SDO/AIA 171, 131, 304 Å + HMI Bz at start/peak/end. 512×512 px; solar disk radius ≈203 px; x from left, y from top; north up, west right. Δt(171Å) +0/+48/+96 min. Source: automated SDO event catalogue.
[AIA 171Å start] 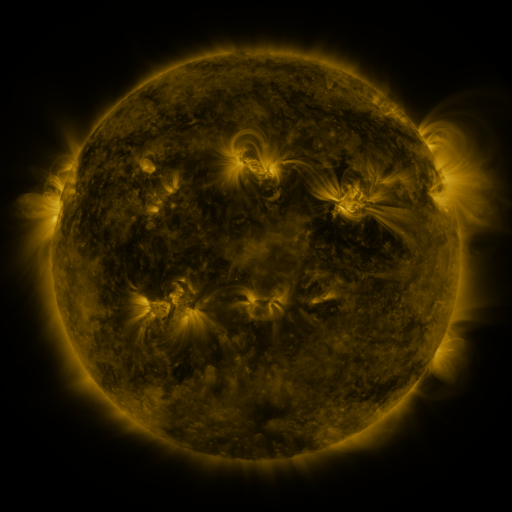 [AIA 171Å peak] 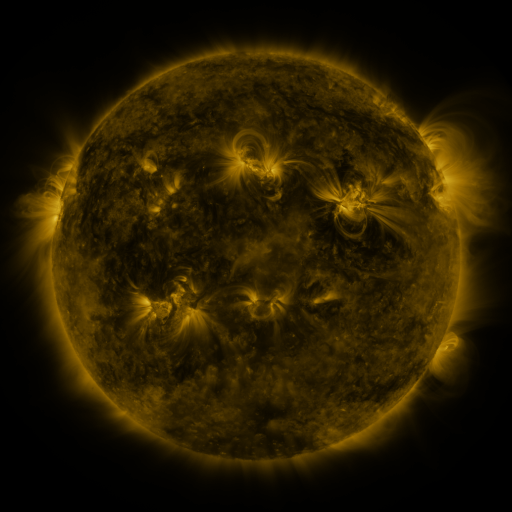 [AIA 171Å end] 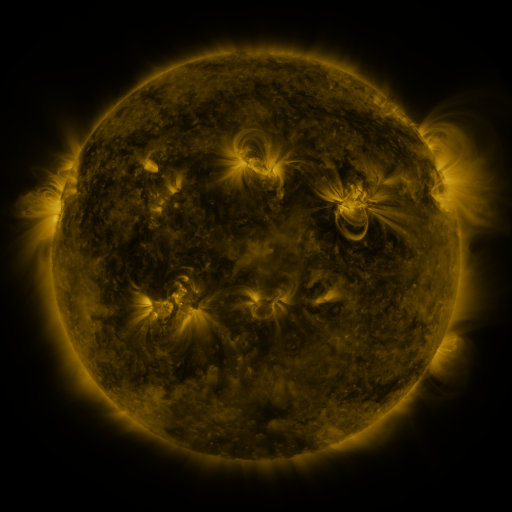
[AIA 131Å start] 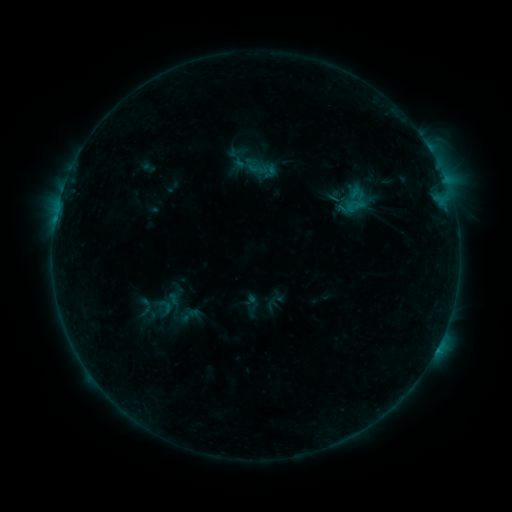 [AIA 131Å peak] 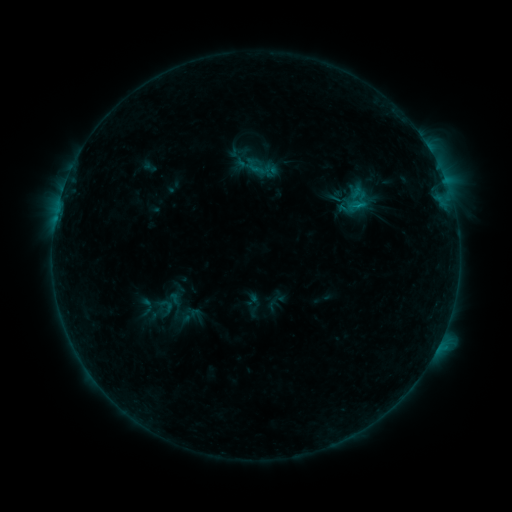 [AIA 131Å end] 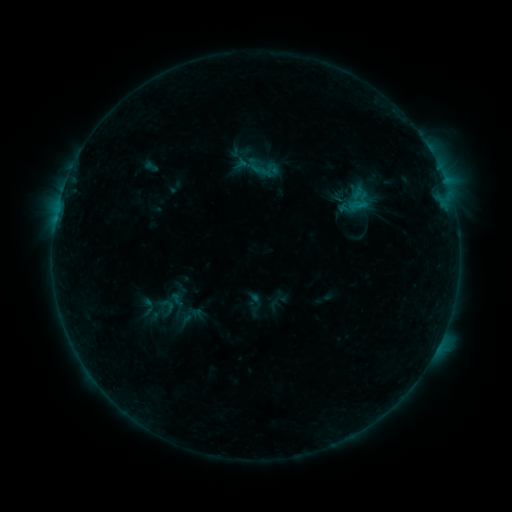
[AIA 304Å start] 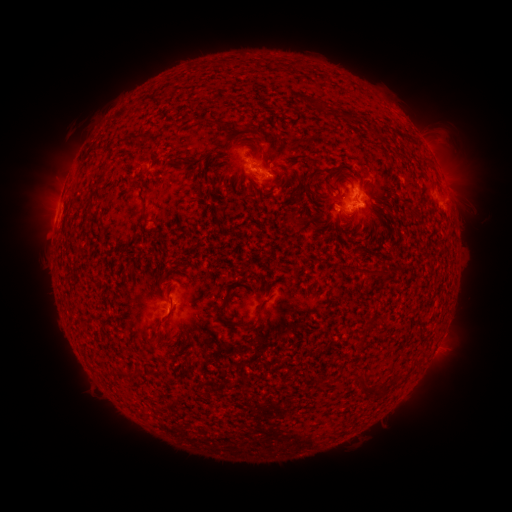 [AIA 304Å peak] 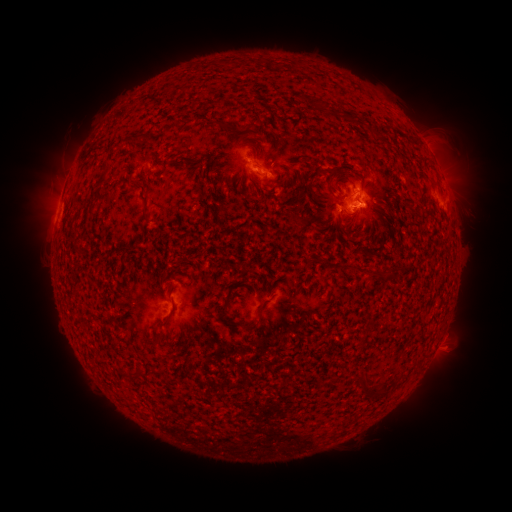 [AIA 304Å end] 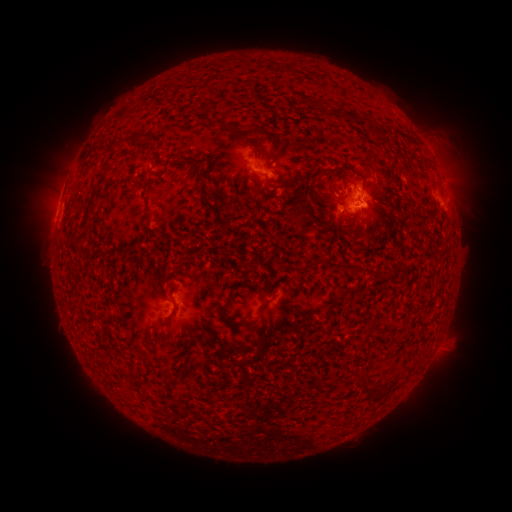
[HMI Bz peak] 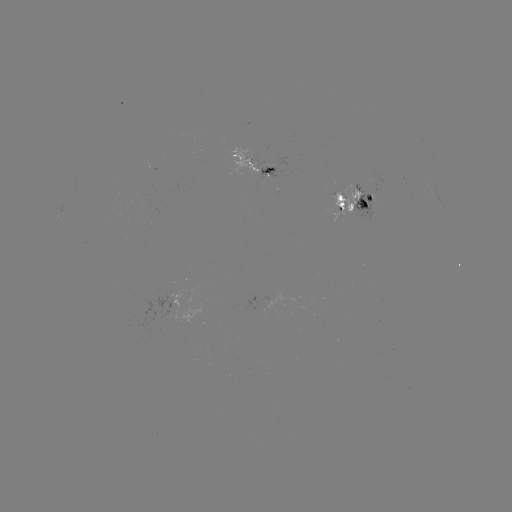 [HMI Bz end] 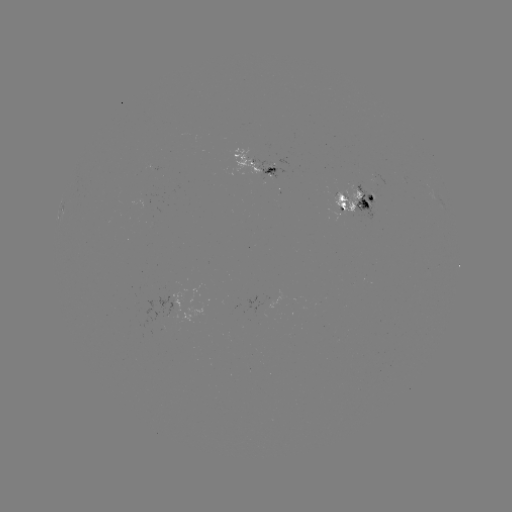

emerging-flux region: <bbox>259, 167, 276, 179</bbox>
